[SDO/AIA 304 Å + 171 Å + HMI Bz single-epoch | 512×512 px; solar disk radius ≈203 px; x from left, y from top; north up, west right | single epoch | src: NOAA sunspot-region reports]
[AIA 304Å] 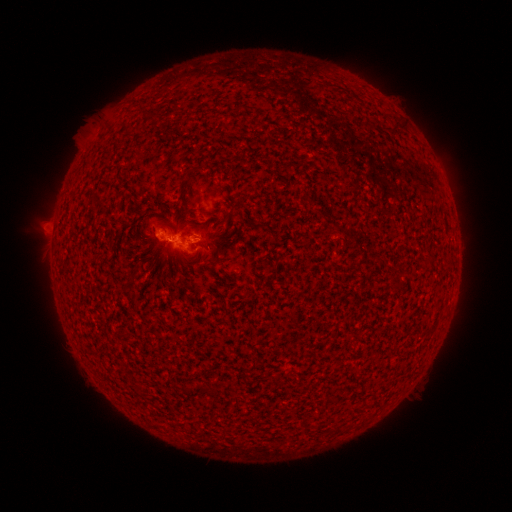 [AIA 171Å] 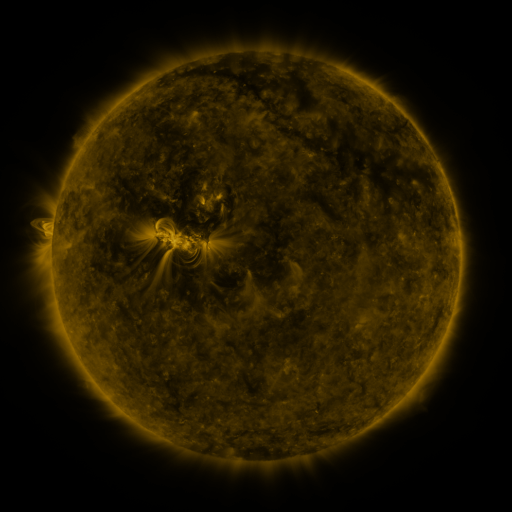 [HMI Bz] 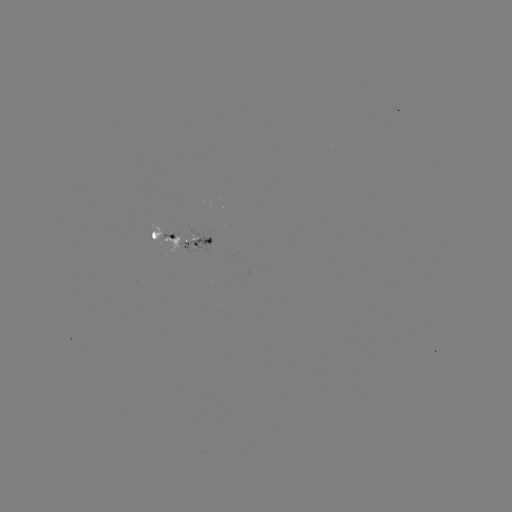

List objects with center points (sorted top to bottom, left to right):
spotted active region: (180, 239)
